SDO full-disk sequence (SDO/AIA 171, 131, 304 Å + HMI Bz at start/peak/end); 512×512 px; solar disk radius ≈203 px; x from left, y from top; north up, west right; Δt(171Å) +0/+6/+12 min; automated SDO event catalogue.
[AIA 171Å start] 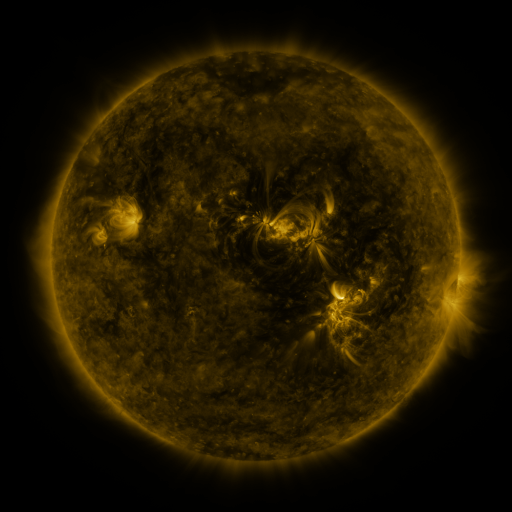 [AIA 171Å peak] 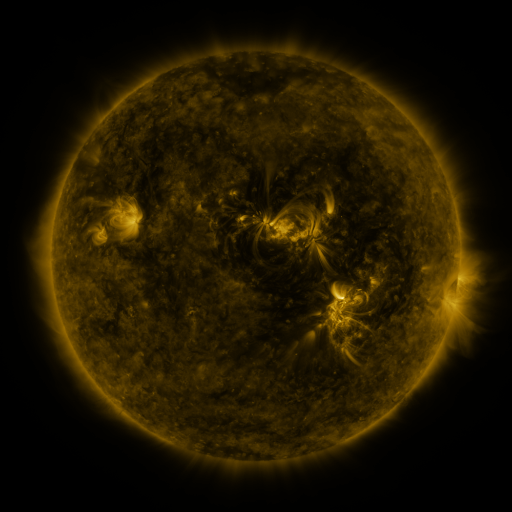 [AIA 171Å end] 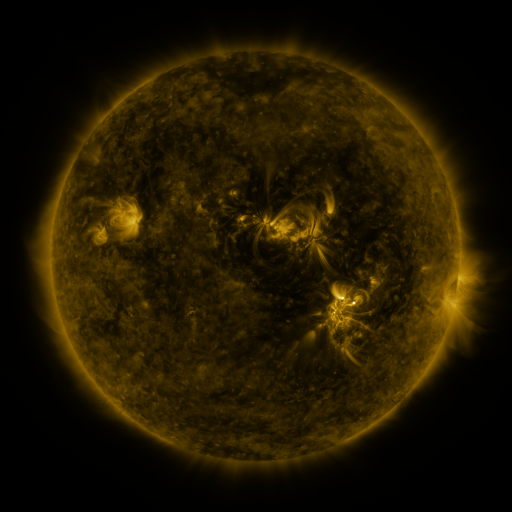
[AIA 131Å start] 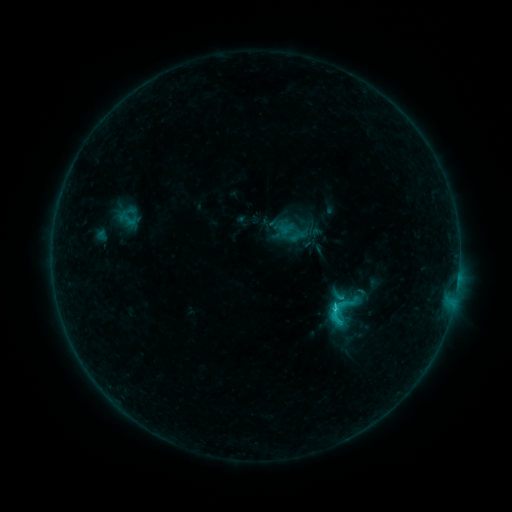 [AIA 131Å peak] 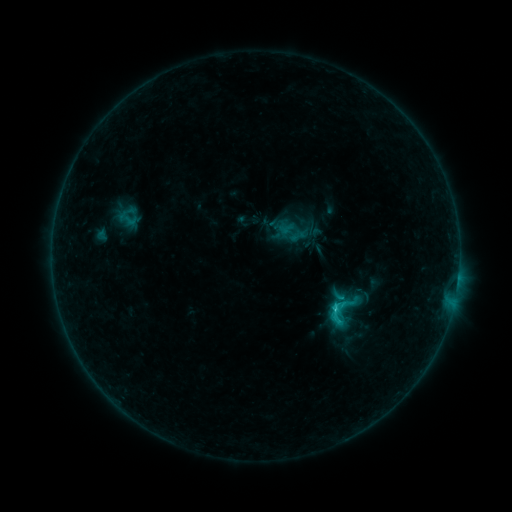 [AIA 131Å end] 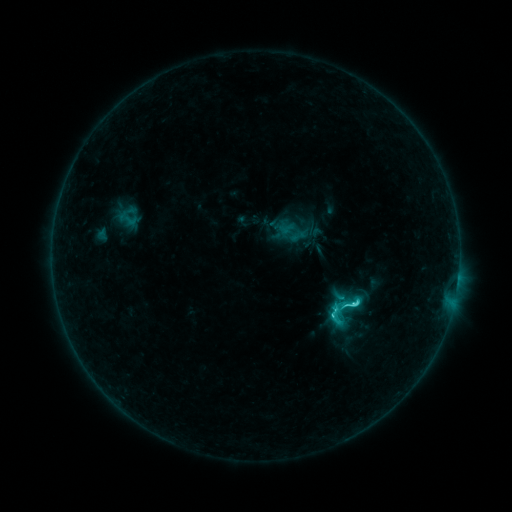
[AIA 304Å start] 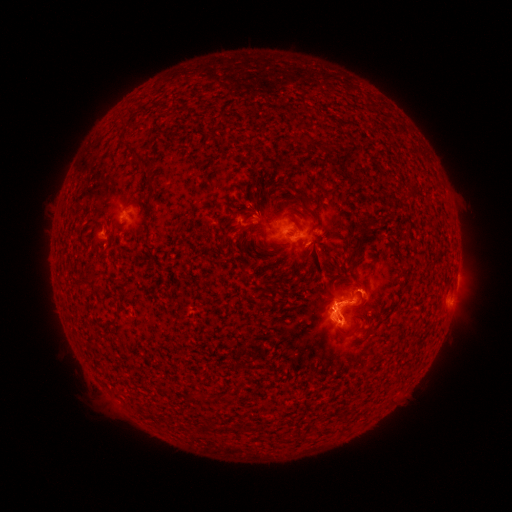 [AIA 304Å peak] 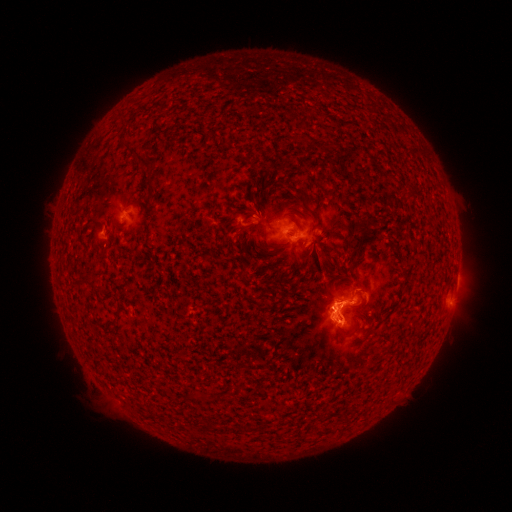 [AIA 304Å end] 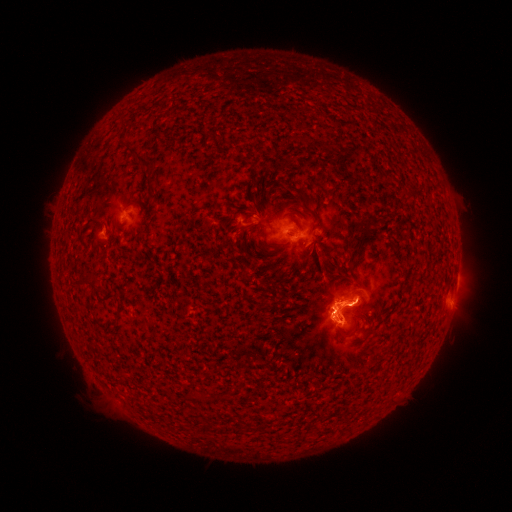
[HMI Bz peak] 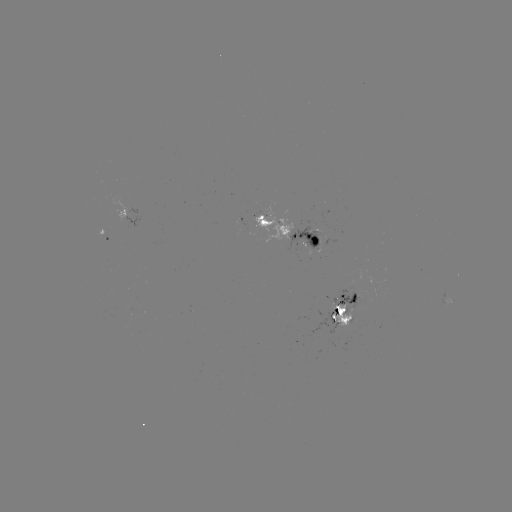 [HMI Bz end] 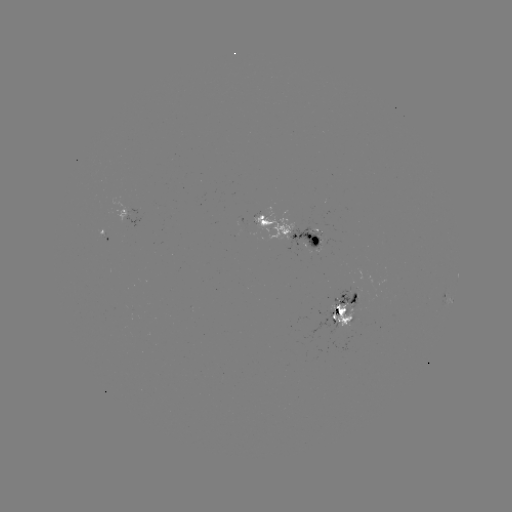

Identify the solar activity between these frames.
C4.6 flare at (351, 303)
